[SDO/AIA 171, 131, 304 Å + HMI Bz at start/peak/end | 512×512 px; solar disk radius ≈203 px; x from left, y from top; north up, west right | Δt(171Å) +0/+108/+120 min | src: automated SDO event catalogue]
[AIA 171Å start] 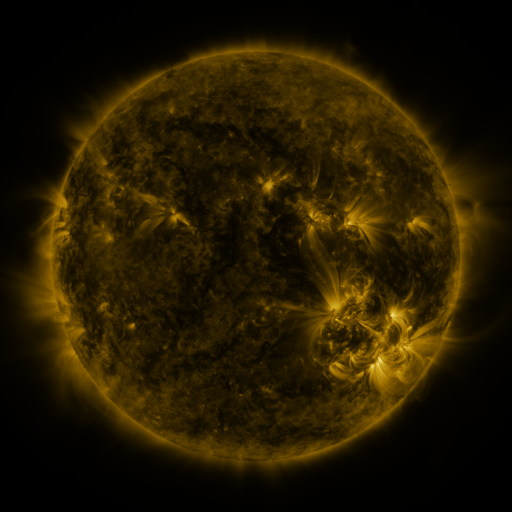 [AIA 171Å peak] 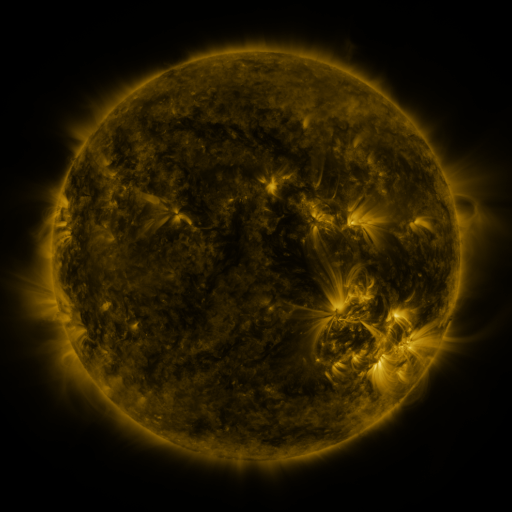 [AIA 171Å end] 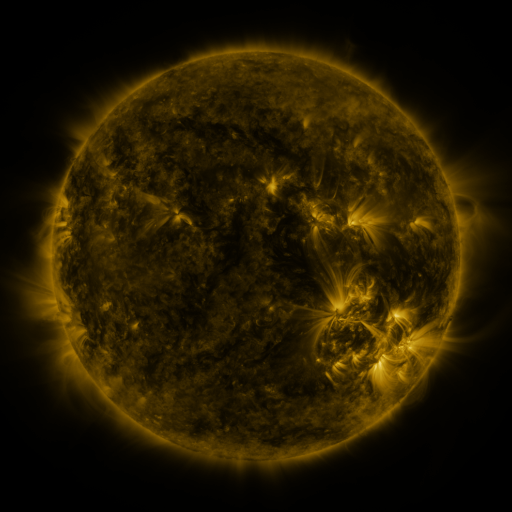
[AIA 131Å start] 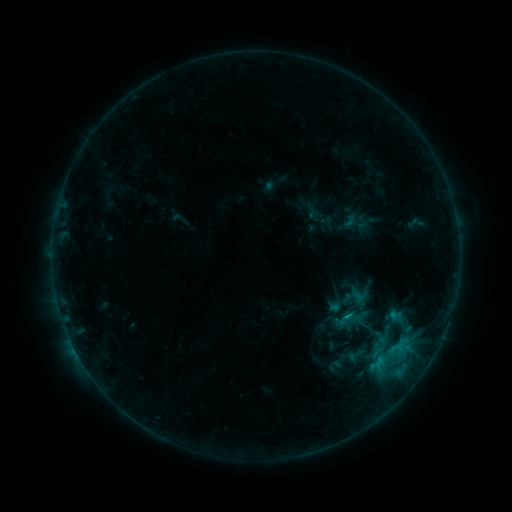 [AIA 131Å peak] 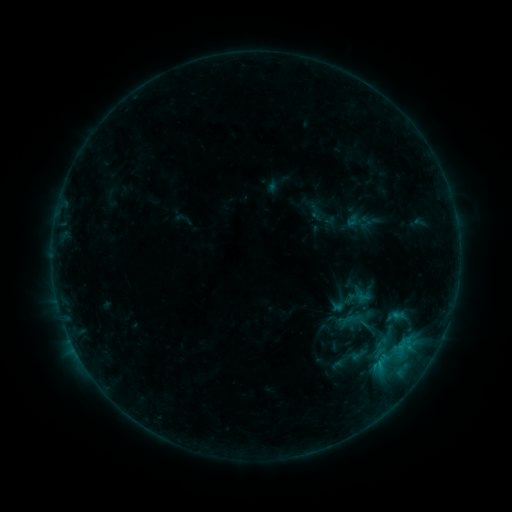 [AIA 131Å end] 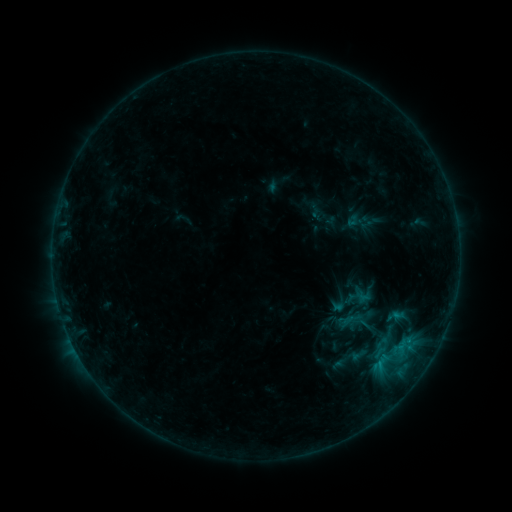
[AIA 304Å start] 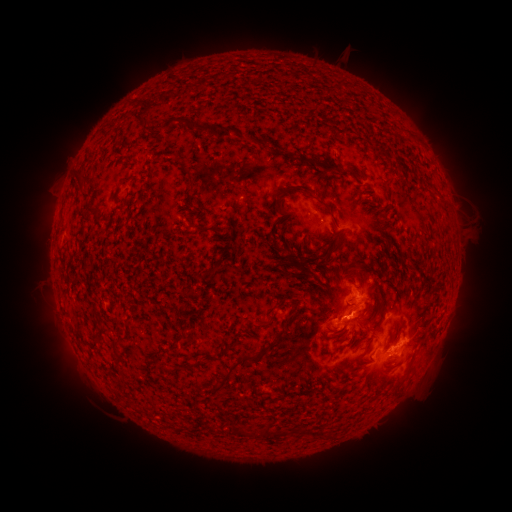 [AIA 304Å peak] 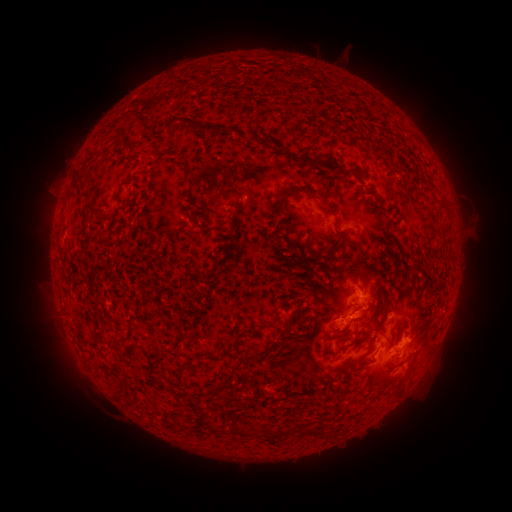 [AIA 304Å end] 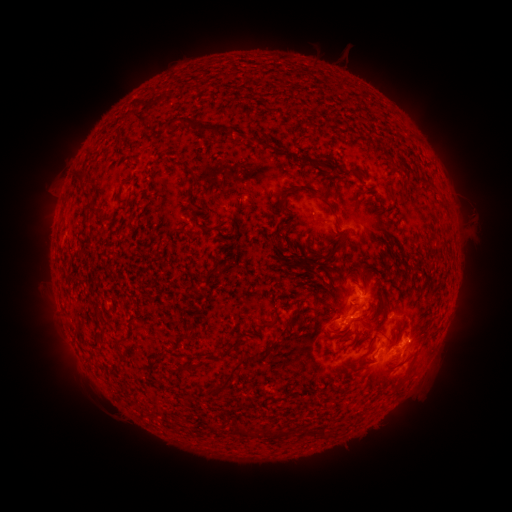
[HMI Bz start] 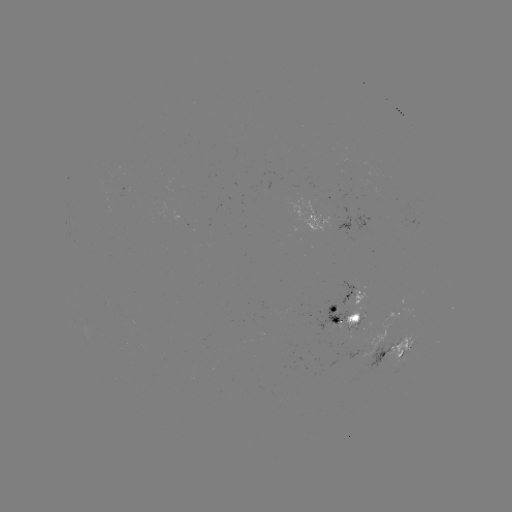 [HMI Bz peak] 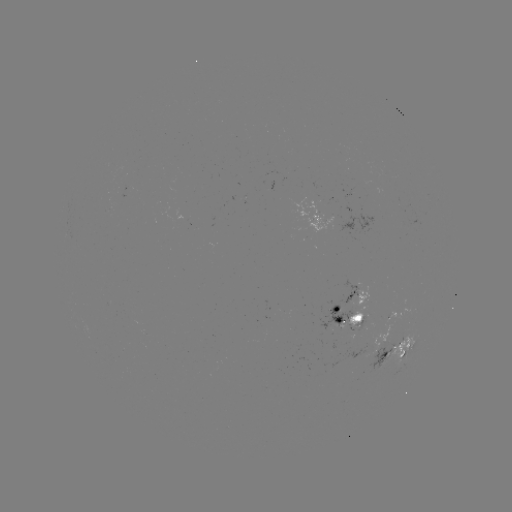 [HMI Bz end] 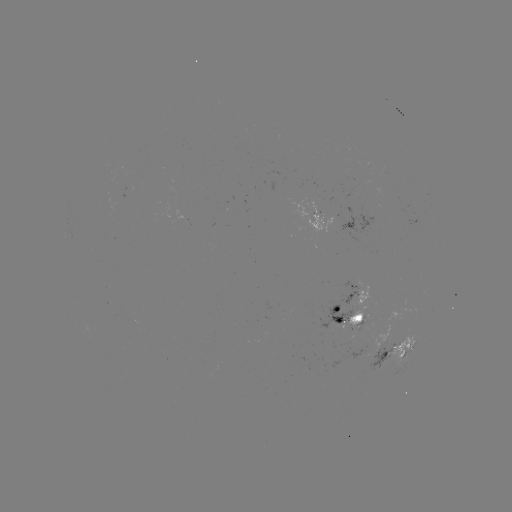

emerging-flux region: [346, 306, 367, 327]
